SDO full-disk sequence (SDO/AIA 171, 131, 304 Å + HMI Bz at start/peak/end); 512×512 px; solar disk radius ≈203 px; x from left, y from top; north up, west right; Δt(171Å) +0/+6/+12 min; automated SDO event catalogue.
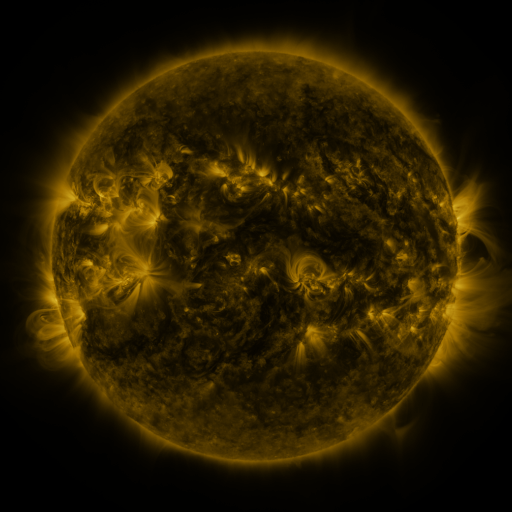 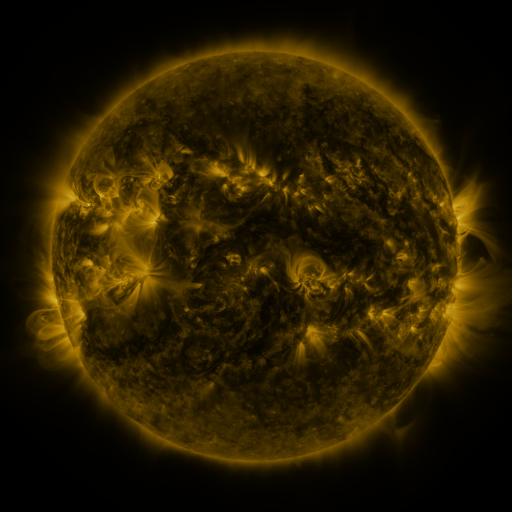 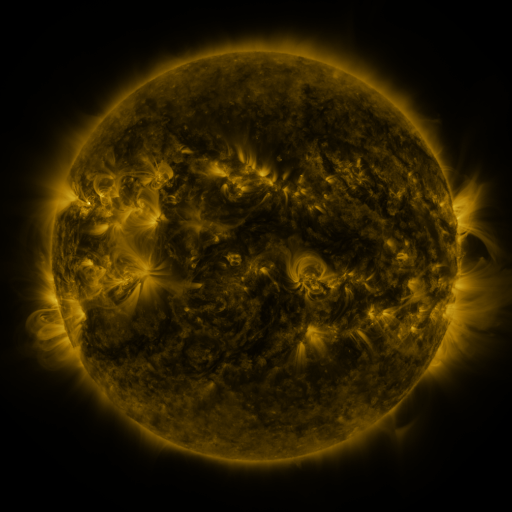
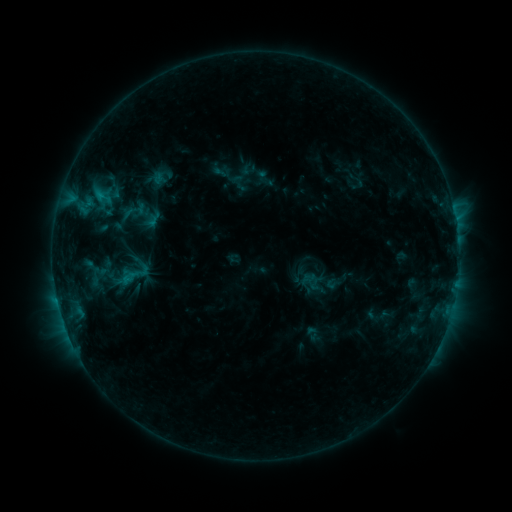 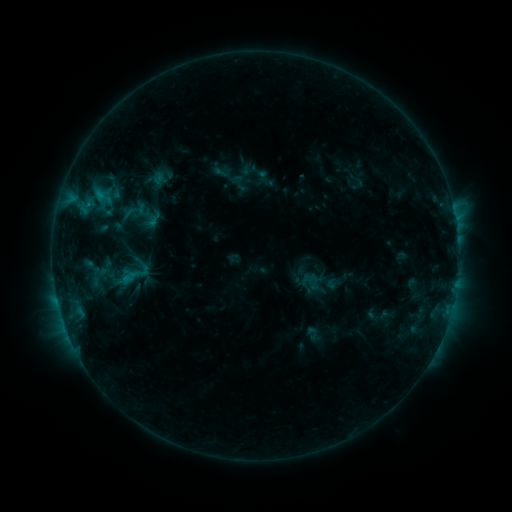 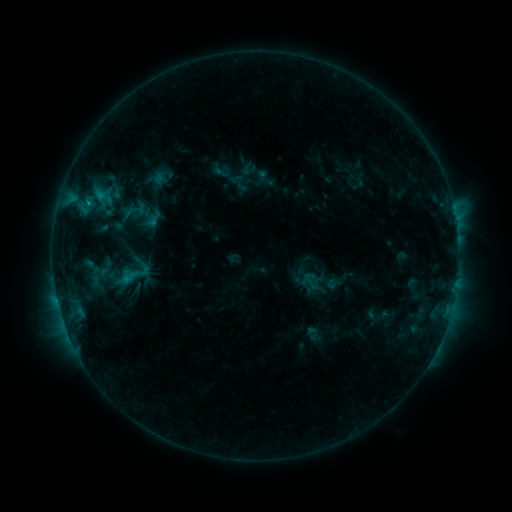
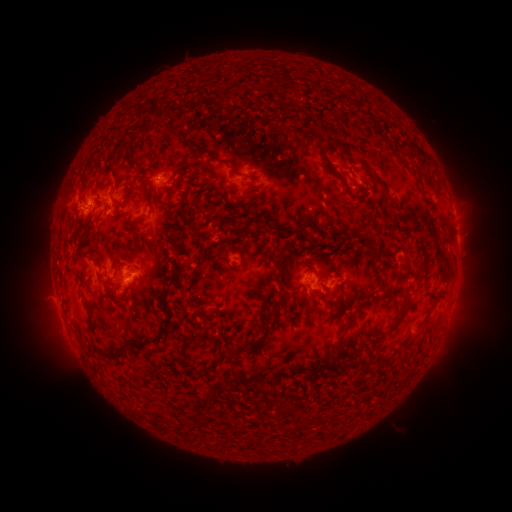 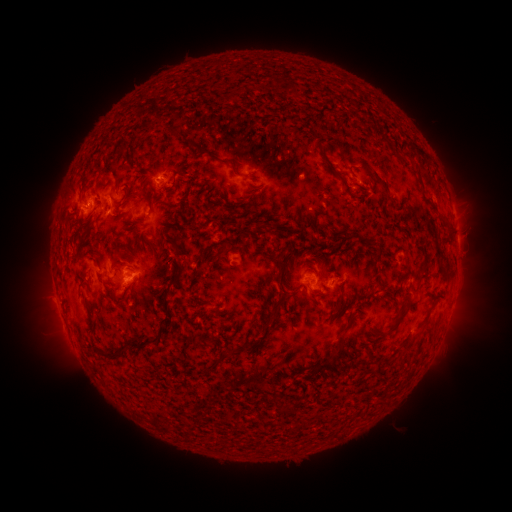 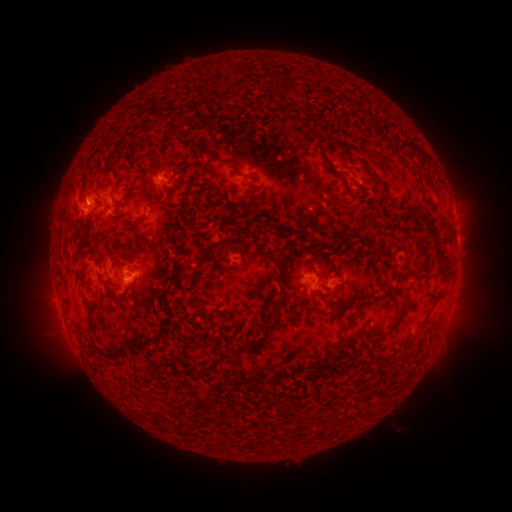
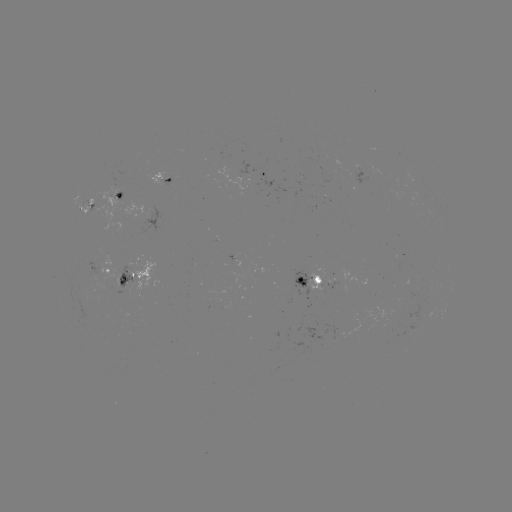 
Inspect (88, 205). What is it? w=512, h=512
C1.8 flare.